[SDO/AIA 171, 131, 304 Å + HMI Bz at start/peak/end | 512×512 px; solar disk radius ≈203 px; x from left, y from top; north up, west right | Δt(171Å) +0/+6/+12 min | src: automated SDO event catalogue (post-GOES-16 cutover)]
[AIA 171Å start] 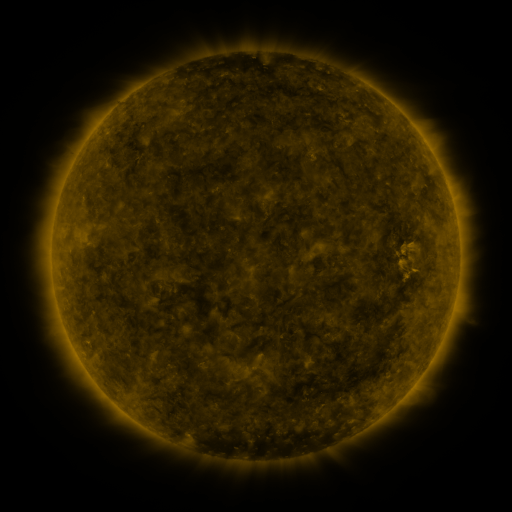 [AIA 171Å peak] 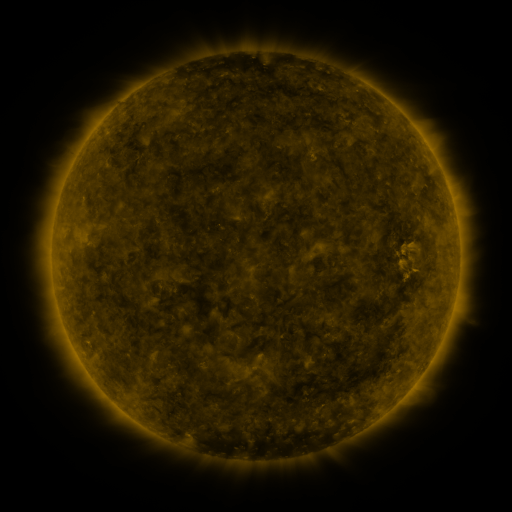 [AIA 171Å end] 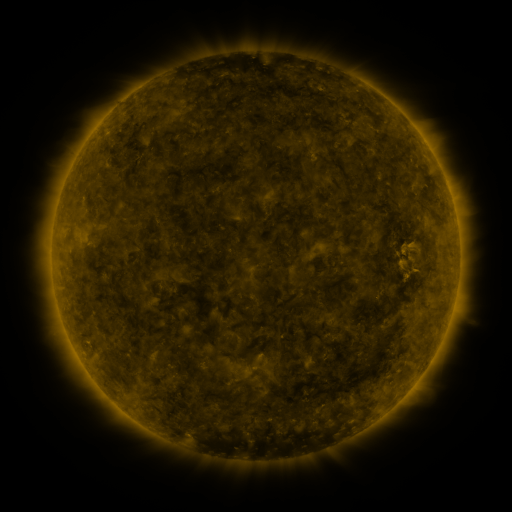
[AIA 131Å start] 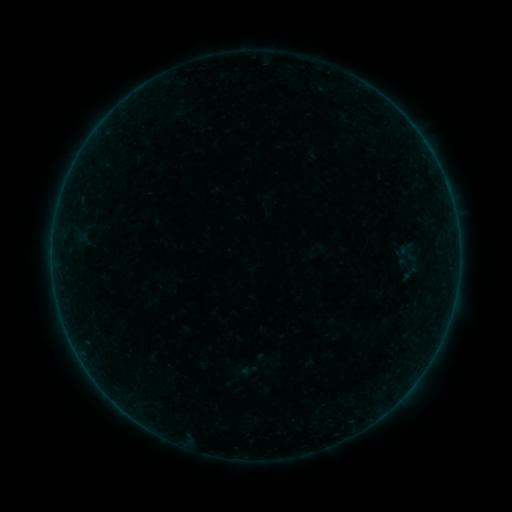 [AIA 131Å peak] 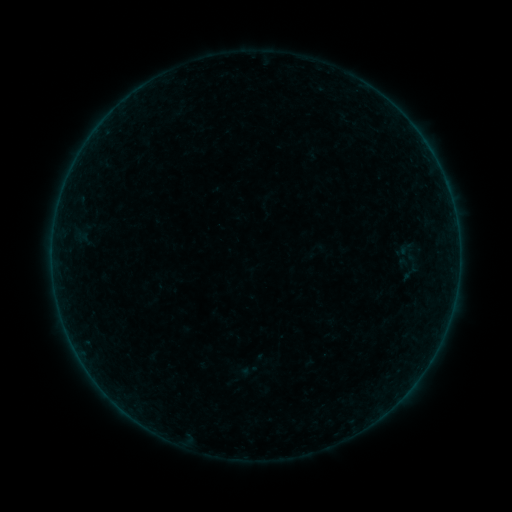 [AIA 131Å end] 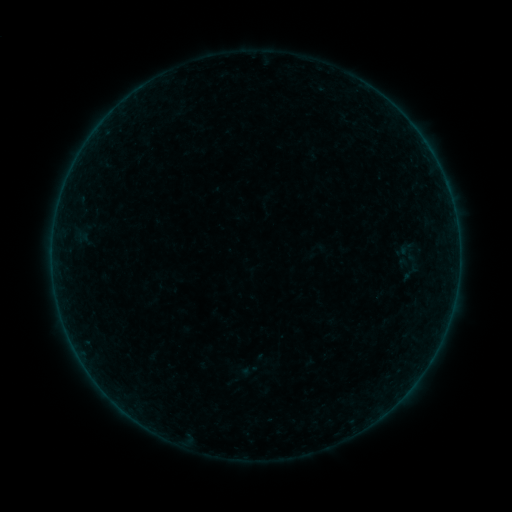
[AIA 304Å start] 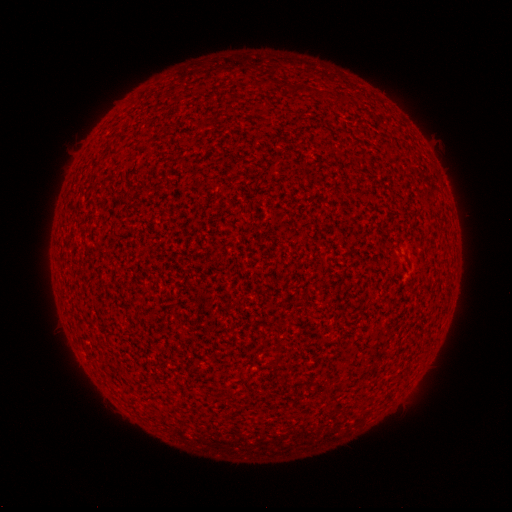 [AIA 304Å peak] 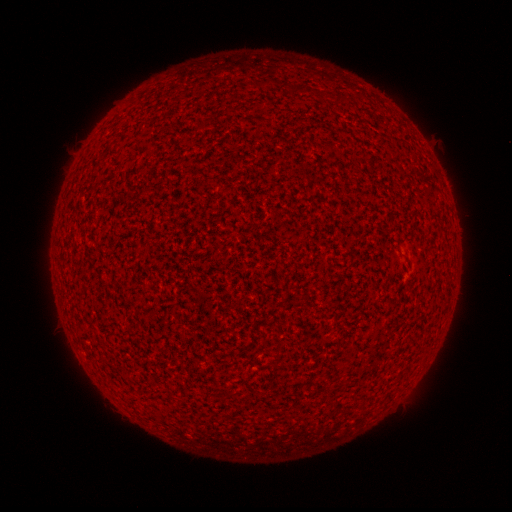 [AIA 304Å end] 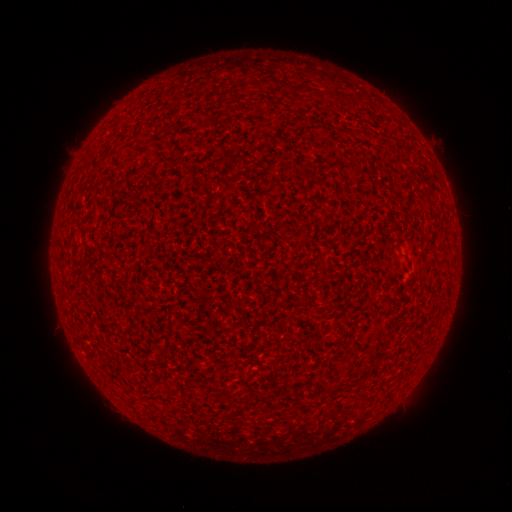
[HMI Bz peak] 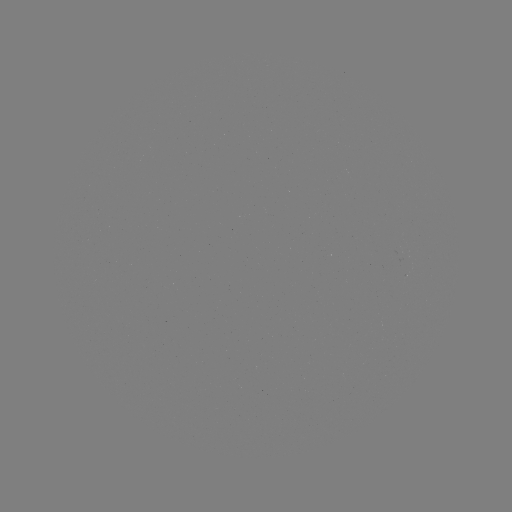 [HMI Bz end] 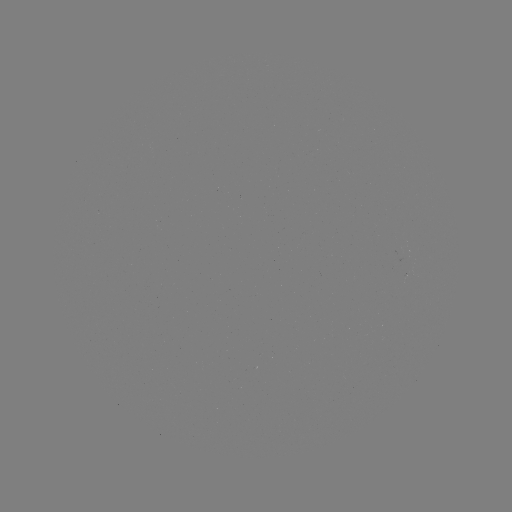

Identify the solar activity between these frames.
nothing was catalogued: no classed flare, no EUV trigger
